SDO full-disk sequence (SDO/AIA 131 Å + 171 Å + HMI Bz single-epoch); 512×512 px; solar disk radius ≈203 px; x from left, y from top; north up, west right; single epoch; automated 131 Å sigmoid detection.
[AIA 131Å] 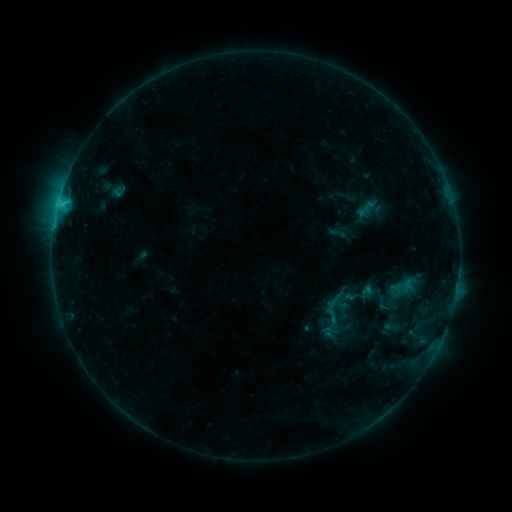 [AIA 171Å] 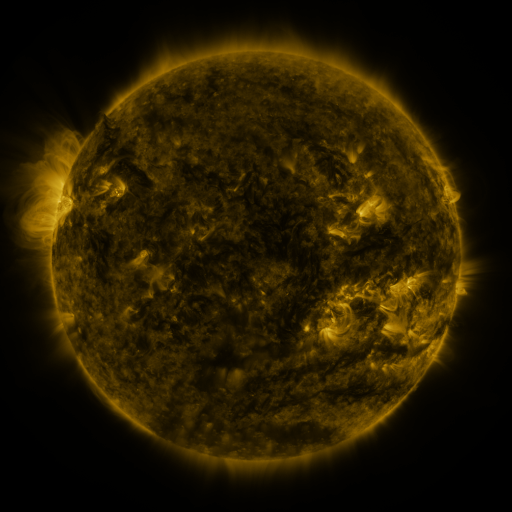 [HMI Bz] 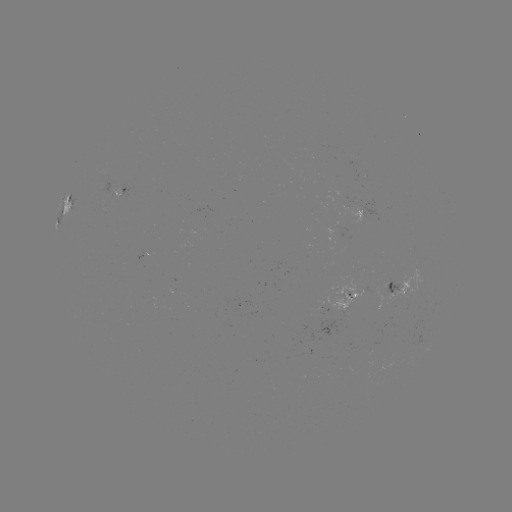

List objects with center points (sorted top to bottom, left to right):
sigmoid: (333, 308)
